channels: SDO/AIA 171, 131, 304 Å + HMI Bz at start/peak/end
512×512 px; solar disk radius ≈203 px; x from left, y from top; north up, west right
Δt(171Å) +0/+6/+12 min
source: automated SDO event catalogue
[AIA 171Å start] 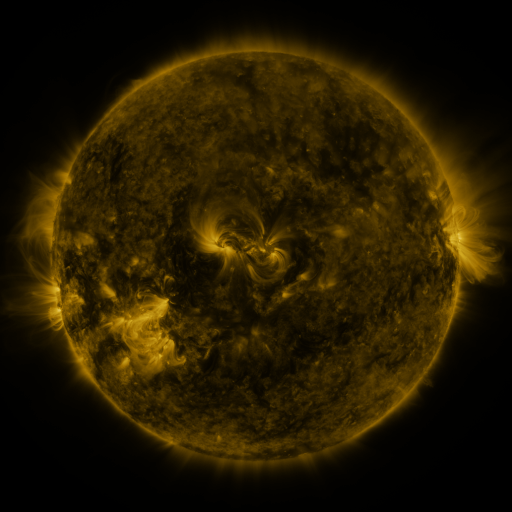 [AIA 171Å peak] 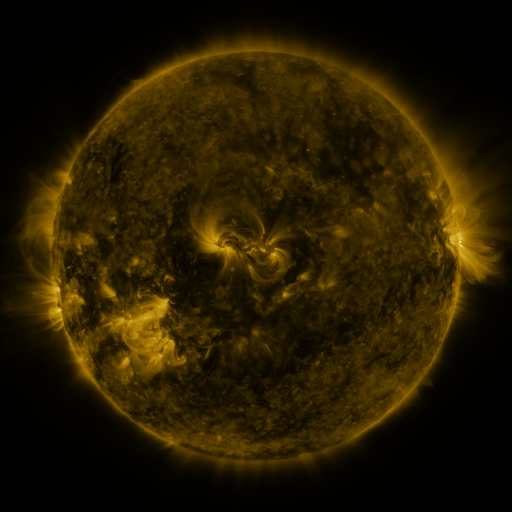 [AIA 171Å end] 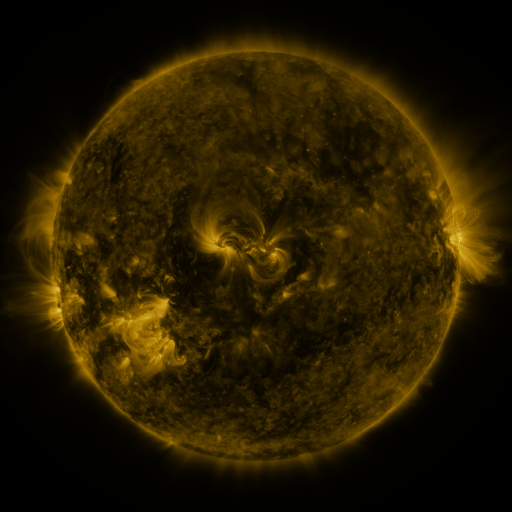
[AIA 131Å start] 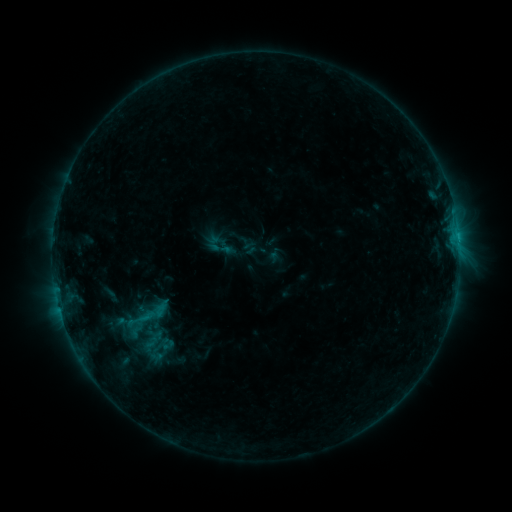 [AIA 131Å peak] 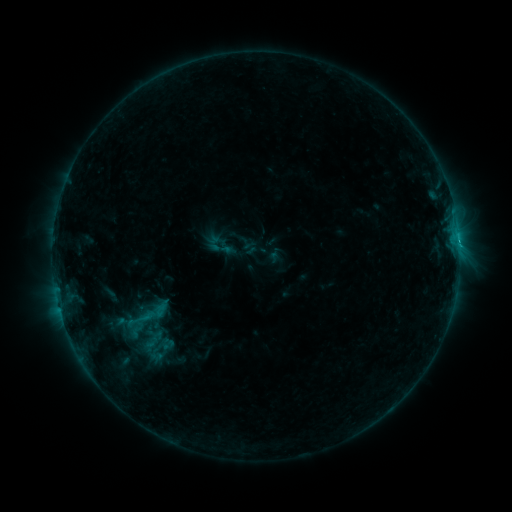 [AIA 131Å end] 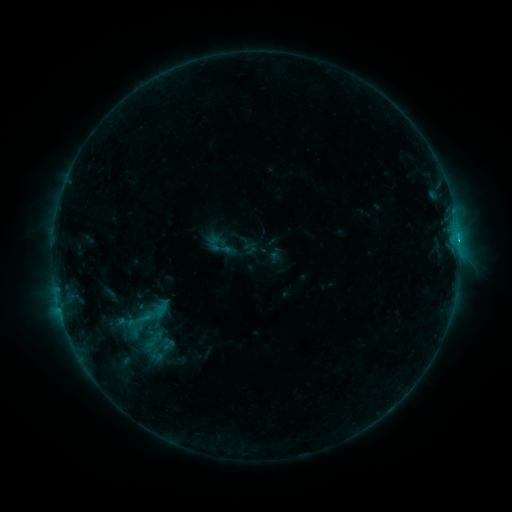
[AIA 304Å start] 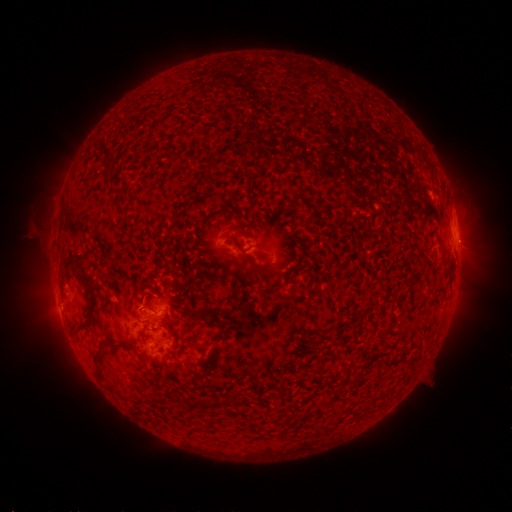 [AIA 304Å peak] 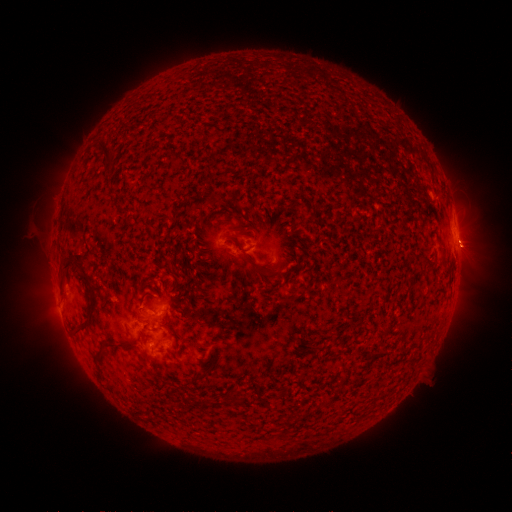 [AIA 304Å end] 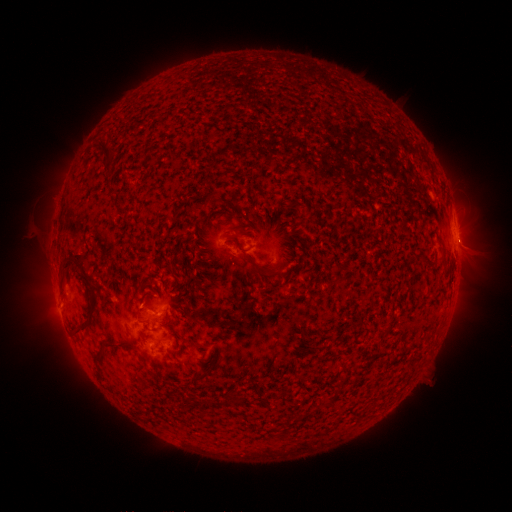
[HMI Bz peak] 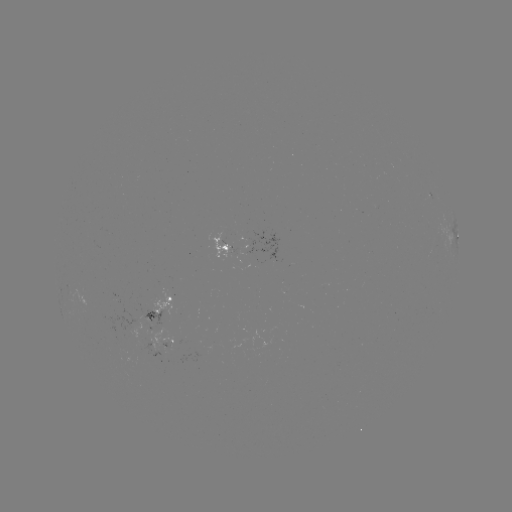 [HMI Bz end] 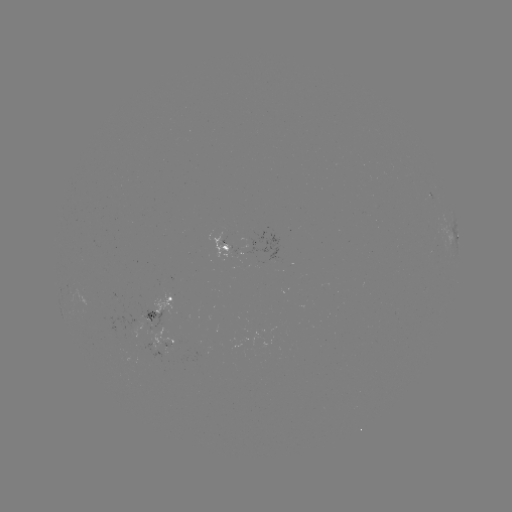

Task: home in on B8.6 flare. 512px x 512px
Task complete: (456, 243).